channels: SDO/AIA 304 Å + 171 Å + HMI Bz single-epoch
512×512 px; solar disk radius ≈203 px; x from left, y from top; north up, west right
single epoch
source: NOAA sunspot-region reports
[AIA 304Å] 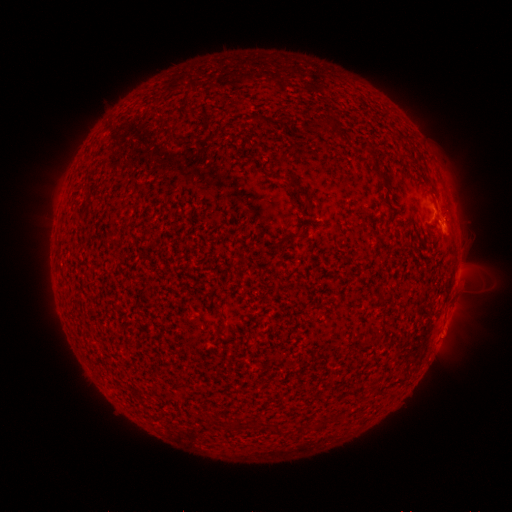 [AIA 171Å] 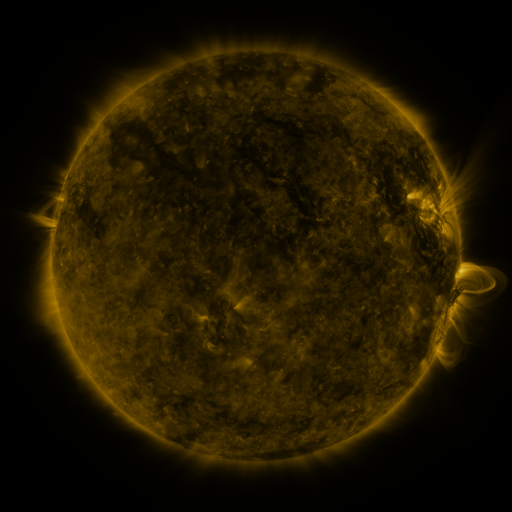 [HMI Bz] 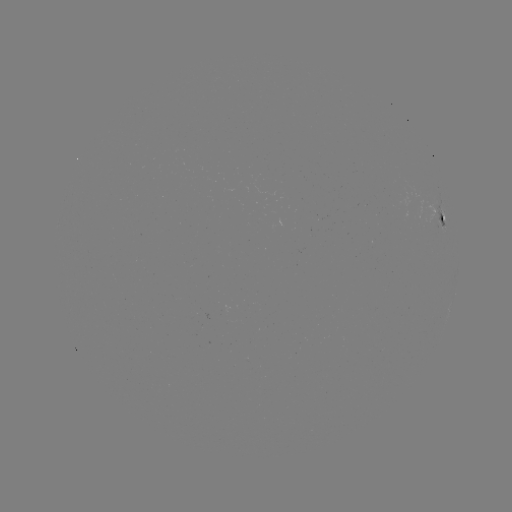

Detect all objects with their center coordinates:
spotted active region: (443, 217)
spotted active region: (455, 295)
